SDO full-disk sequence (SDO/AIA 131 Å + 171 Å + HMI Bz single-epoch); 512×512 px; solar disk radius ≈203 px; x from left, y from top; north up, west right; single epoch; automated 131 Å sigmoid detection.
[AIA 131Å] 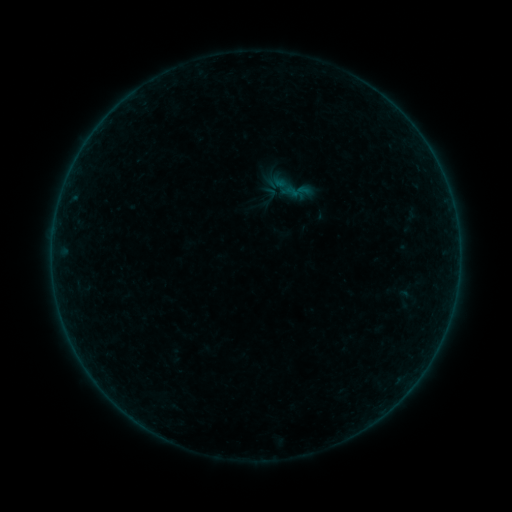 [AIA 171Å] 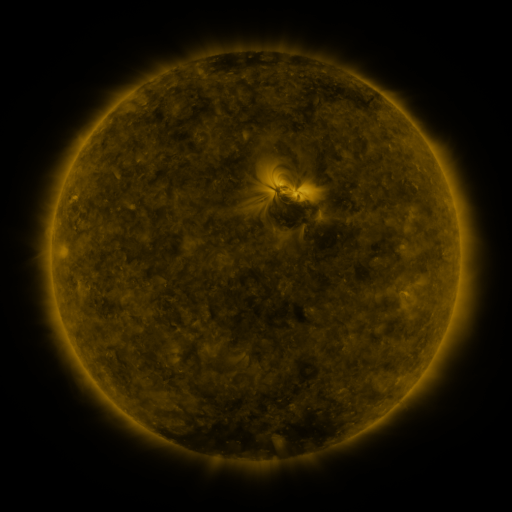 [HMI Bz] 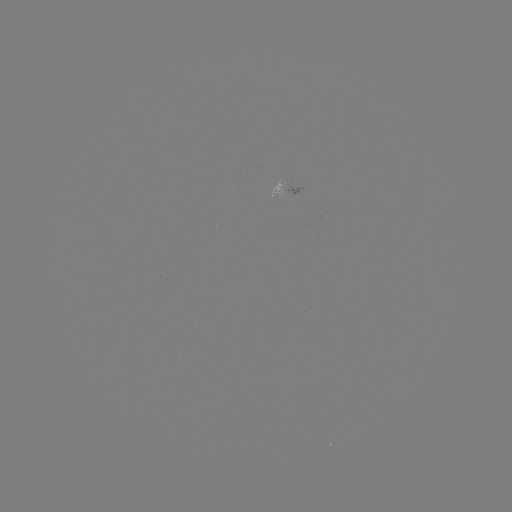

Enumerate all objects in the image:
sigmoid: (266, 164, 317, 212)
sigmoid: (263, 185, 280, 202)
